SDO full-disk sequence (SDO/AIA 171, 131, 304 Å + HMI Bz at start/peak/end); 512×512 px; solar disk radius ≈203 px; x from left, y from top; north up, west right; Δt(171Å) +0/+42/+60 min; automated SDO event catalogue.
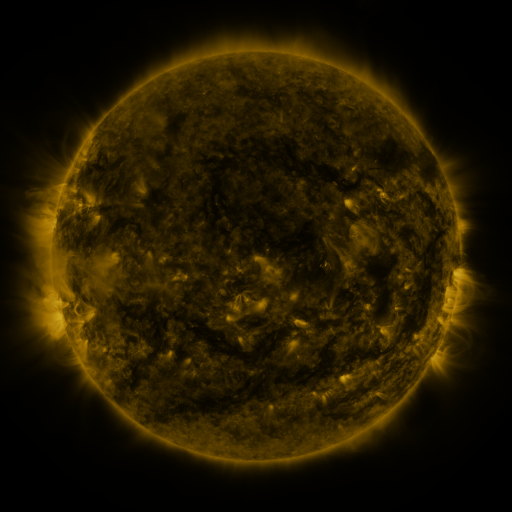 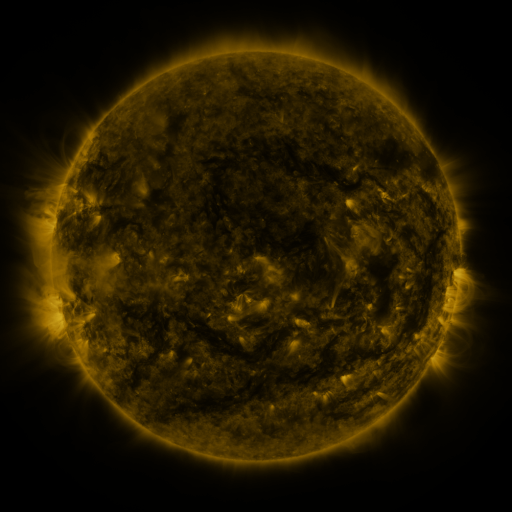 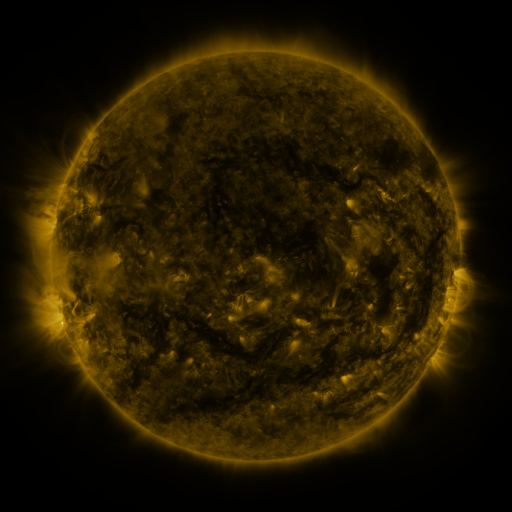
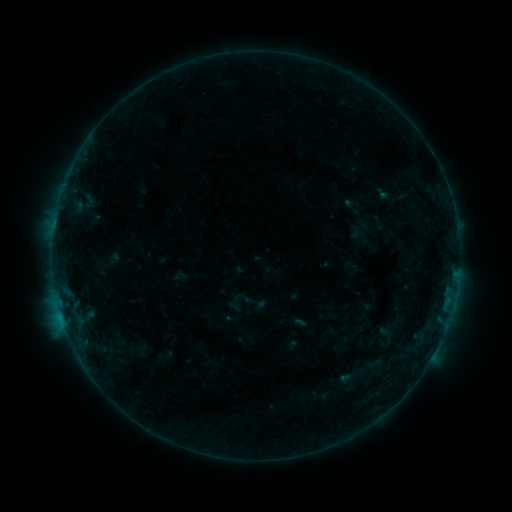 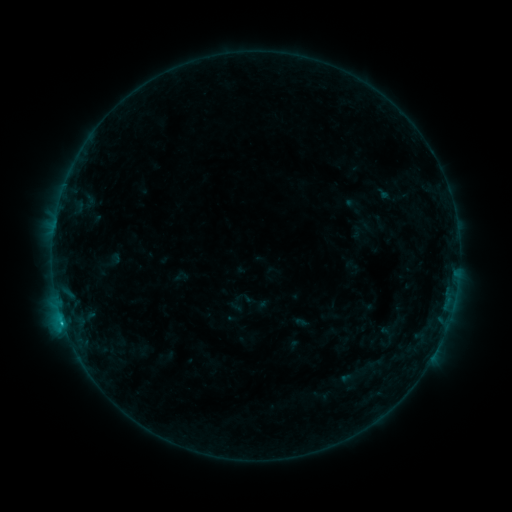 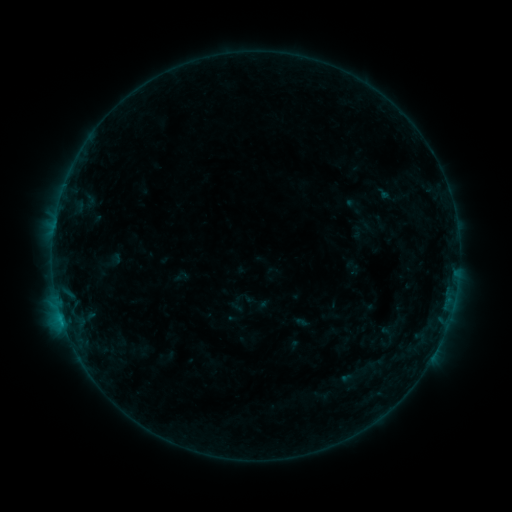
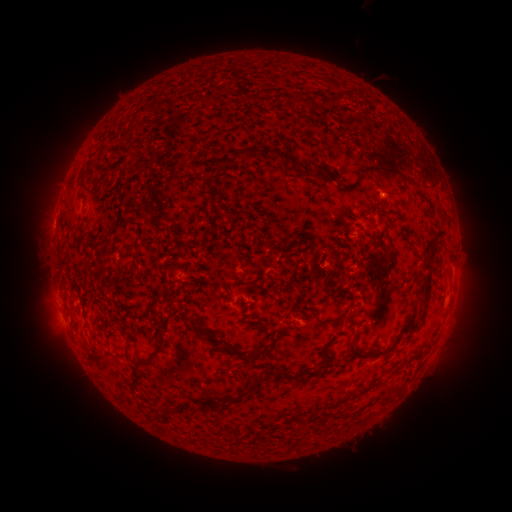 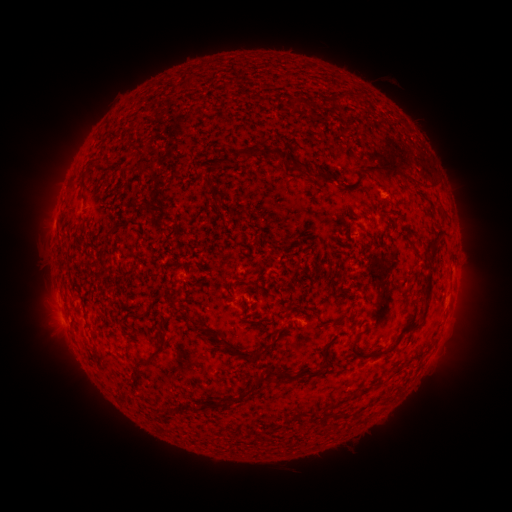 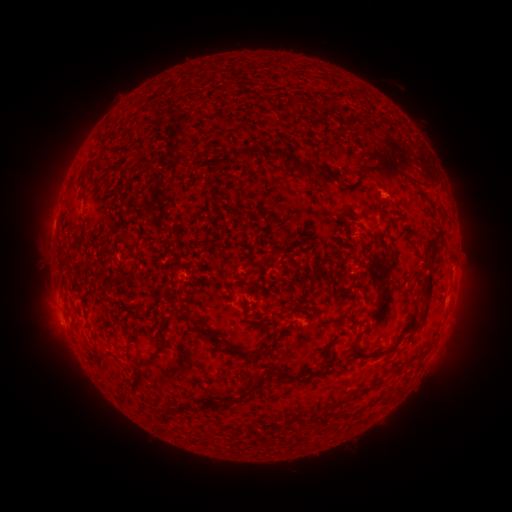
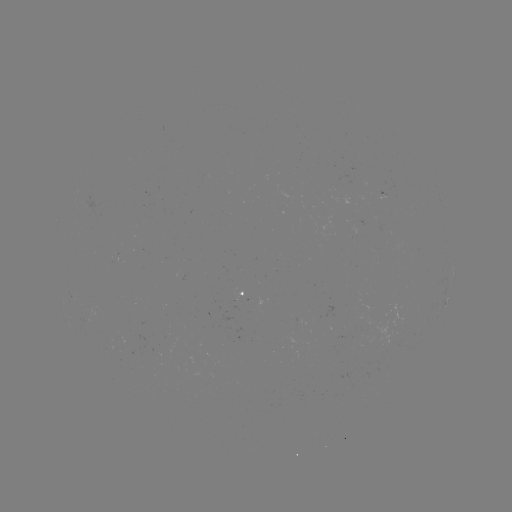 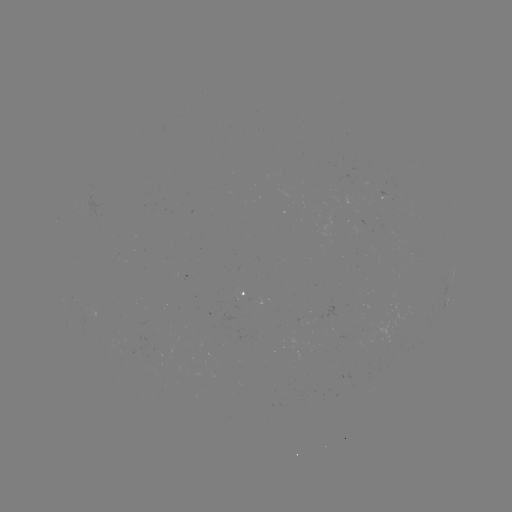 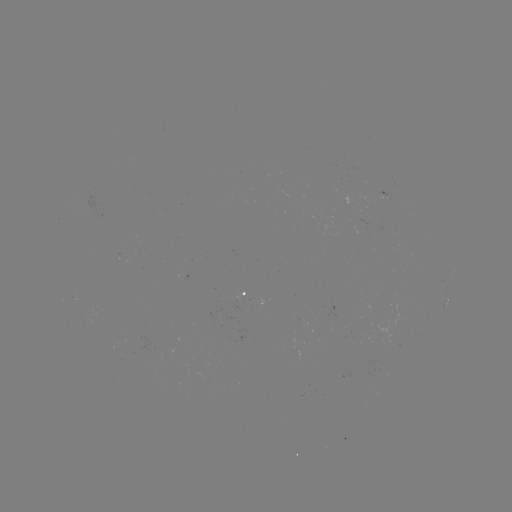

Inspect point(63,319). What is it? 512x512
B6.0 flare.